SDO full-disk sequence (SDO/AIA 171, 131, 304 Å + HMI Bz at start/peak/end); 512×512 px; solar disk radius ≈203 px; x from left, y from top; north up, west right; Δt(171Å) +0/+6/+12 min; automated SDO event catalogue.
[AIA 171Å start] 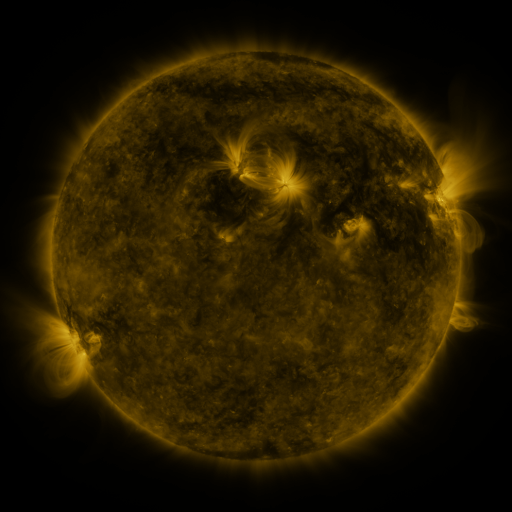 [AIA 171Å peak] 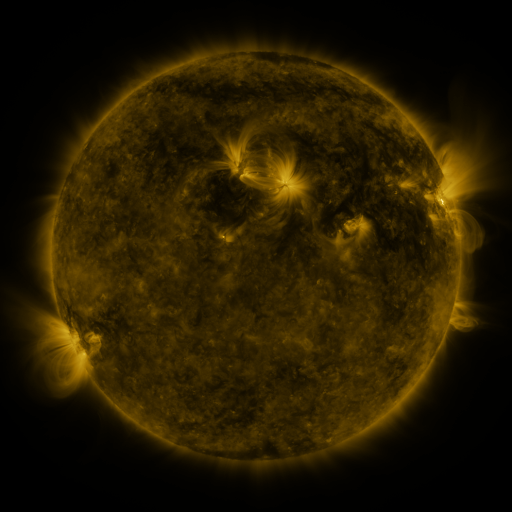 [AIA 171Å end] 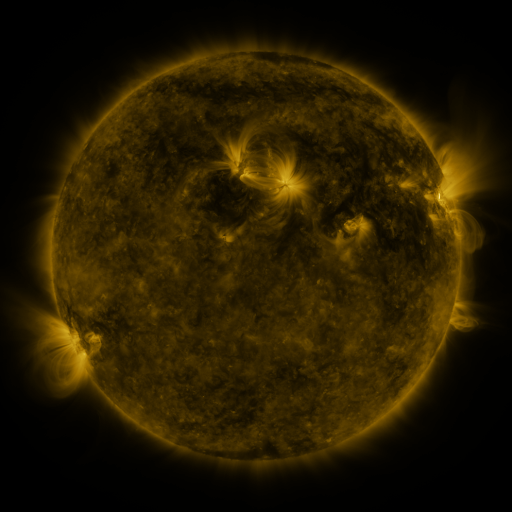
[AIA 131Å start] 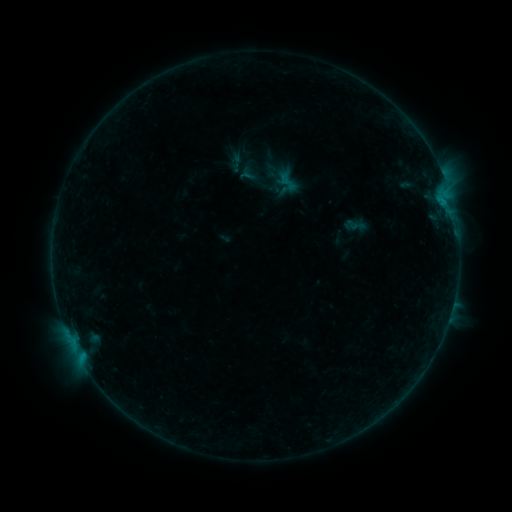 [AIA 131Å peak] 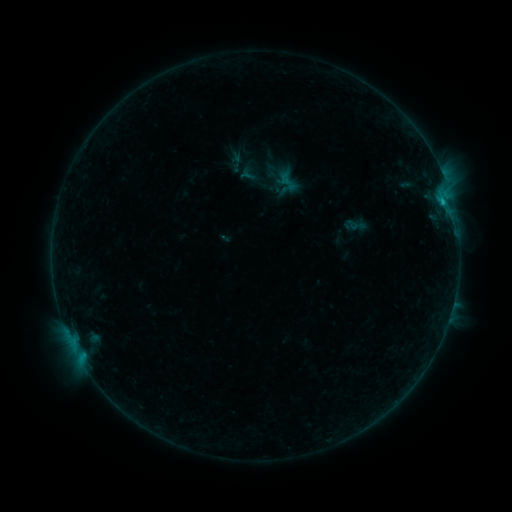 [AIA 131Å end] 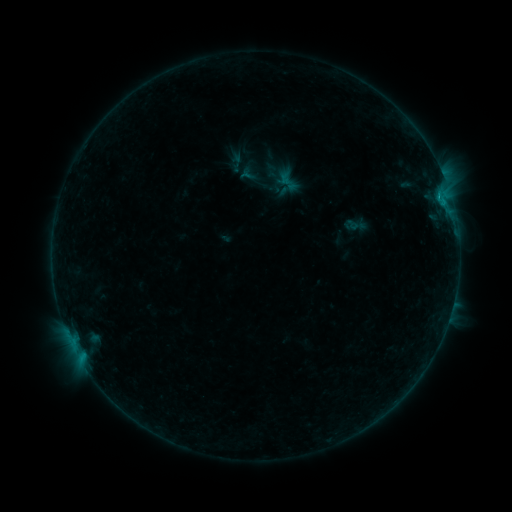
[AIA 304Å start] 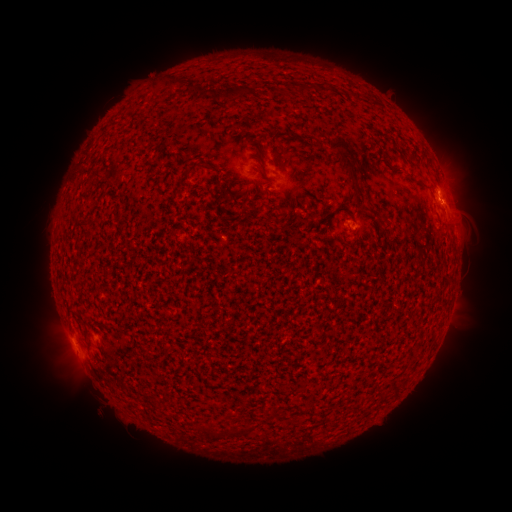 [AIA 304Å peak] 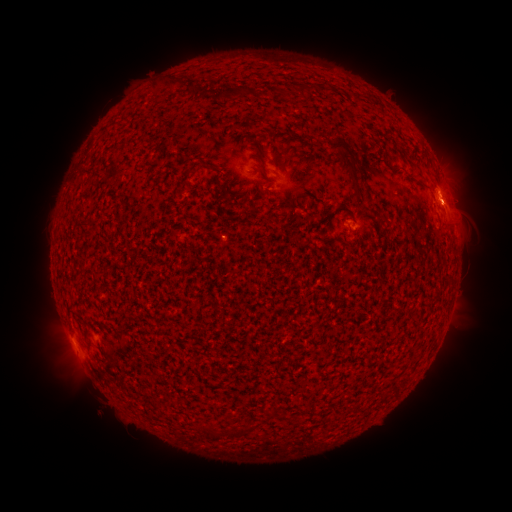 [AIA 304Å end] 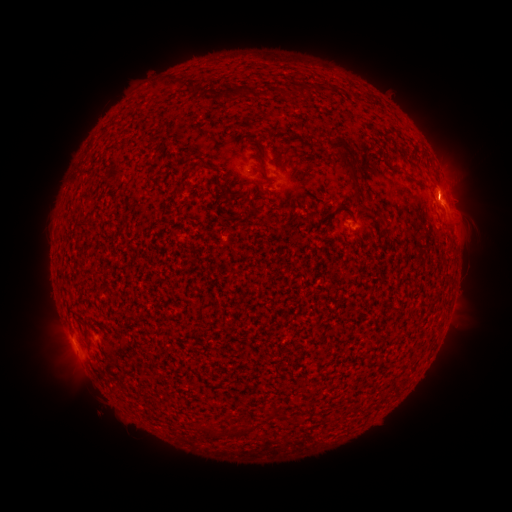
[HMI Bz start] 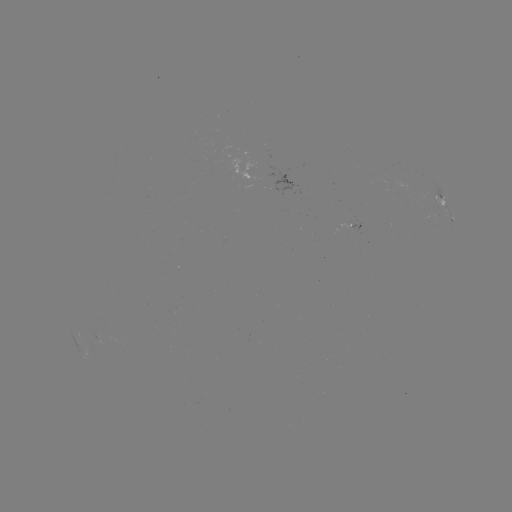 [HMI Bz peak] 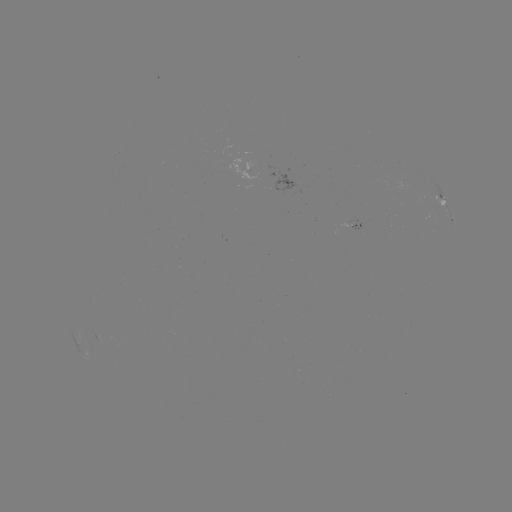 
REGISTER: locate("B4.5 flare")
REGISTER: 443,206